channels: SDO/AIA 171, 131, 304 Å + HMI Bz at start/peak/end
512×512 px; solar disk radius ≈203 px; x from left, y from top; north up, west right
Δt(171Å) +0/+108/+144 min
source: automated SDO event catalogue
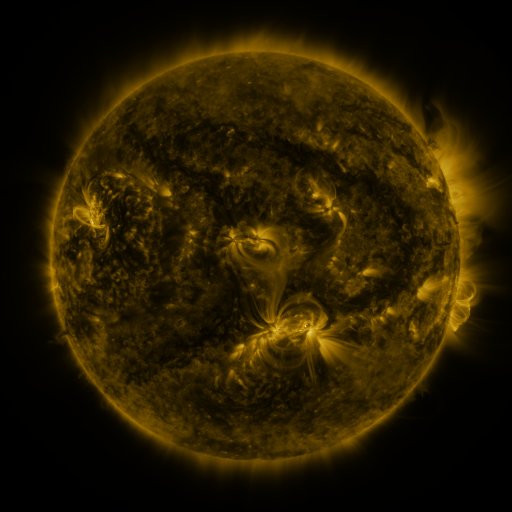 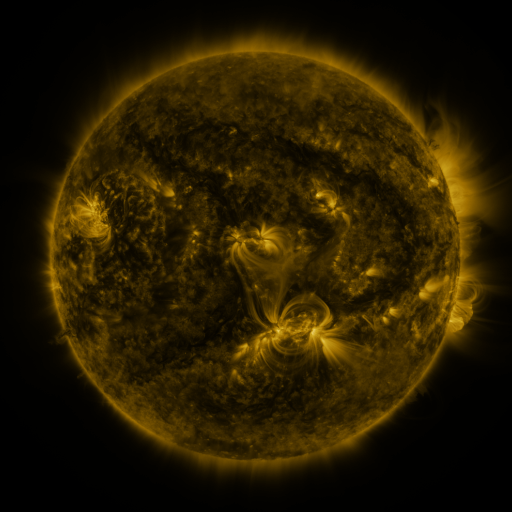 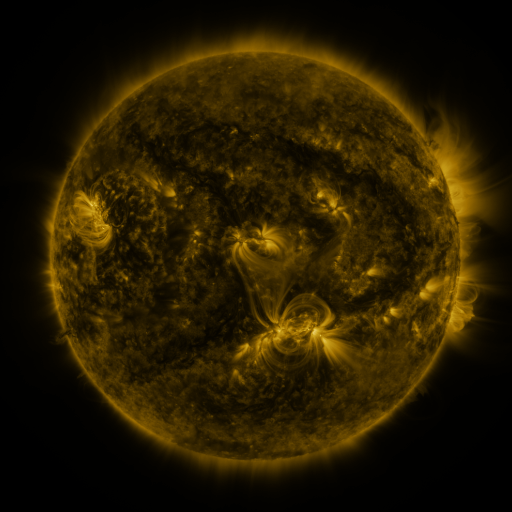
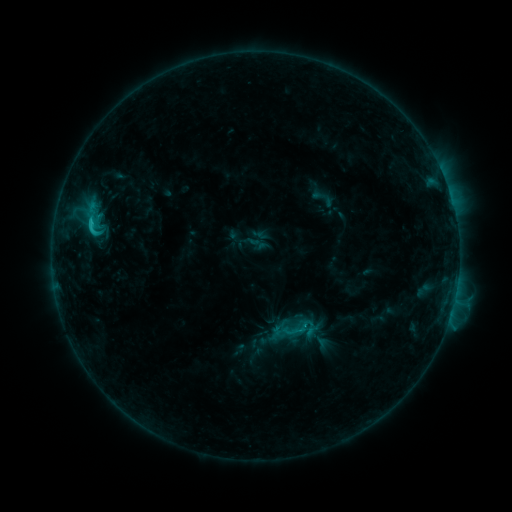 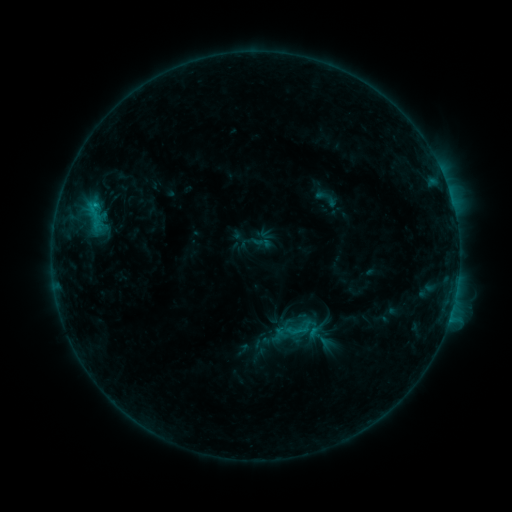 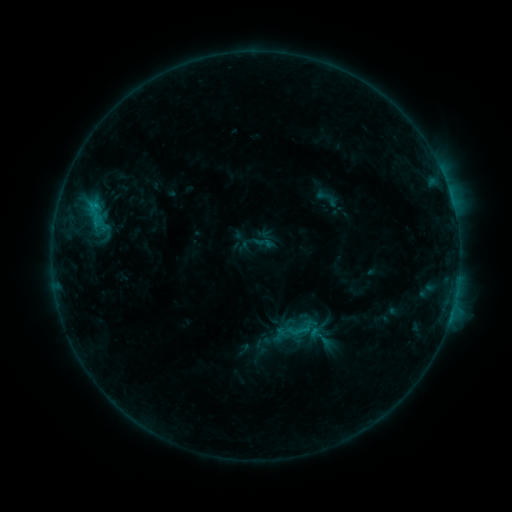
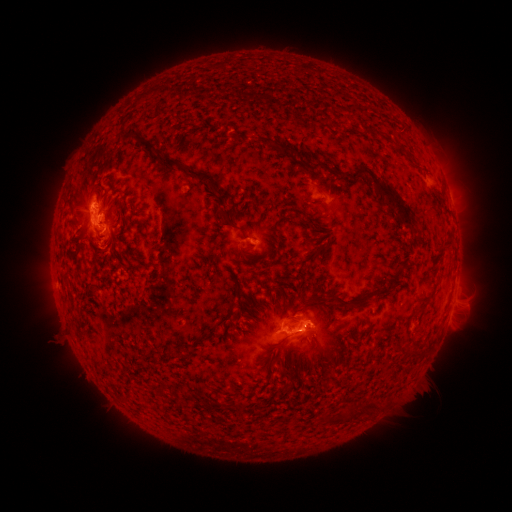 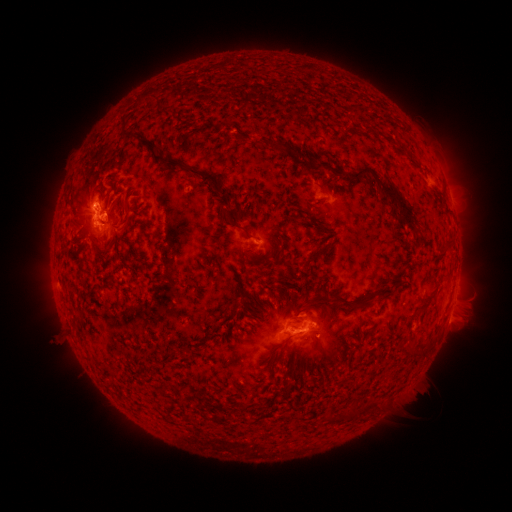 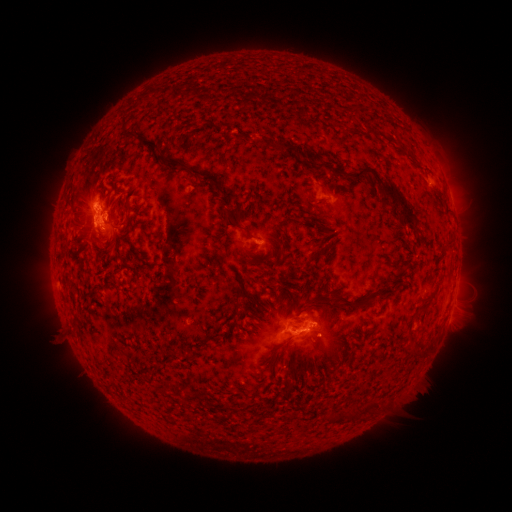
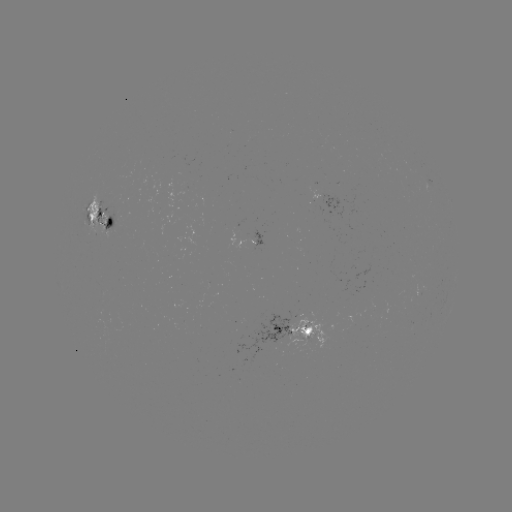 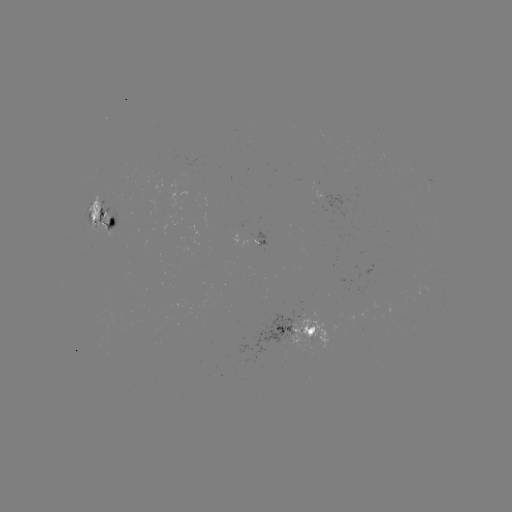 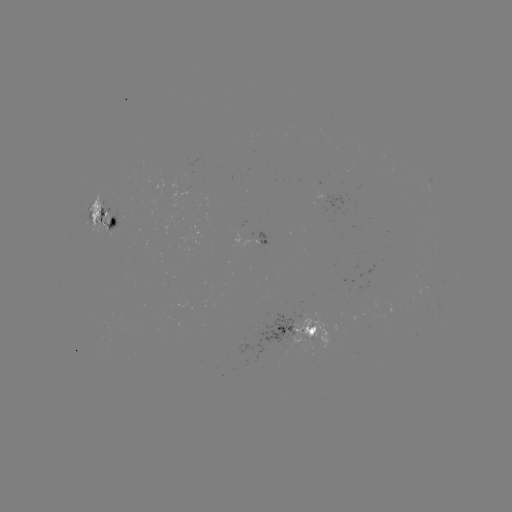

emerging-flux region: <bbox>245, 318, 249, 329</bbox>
